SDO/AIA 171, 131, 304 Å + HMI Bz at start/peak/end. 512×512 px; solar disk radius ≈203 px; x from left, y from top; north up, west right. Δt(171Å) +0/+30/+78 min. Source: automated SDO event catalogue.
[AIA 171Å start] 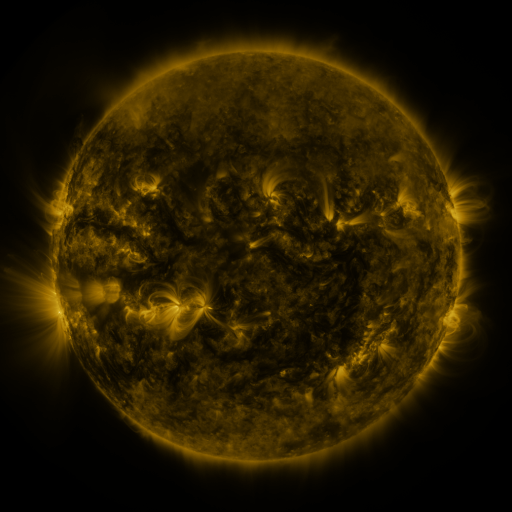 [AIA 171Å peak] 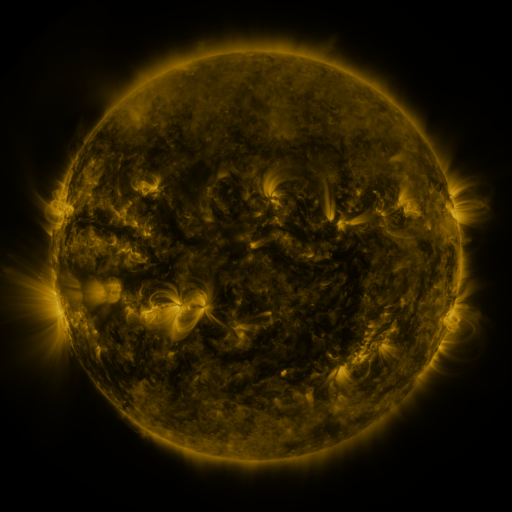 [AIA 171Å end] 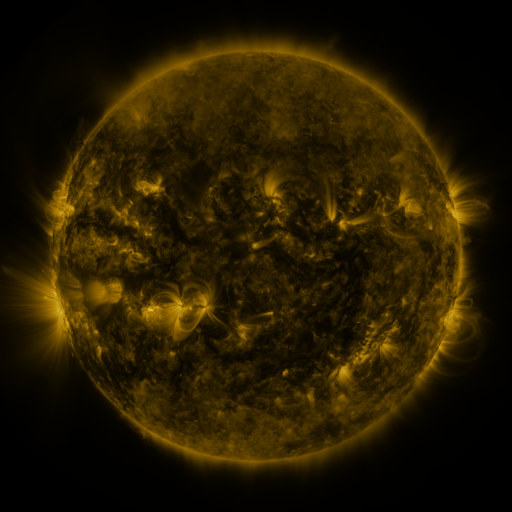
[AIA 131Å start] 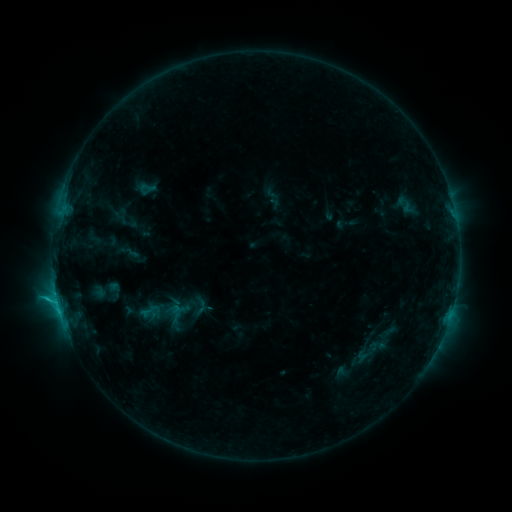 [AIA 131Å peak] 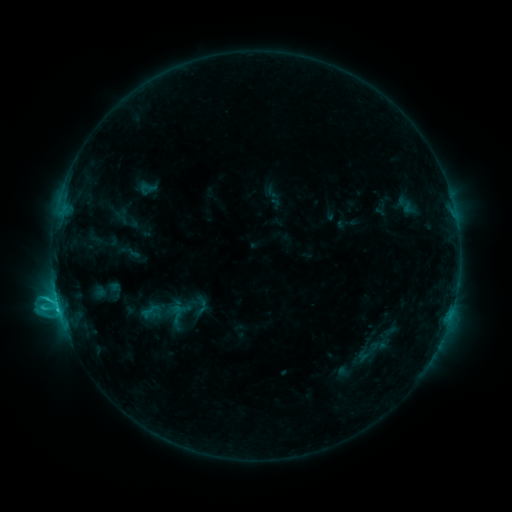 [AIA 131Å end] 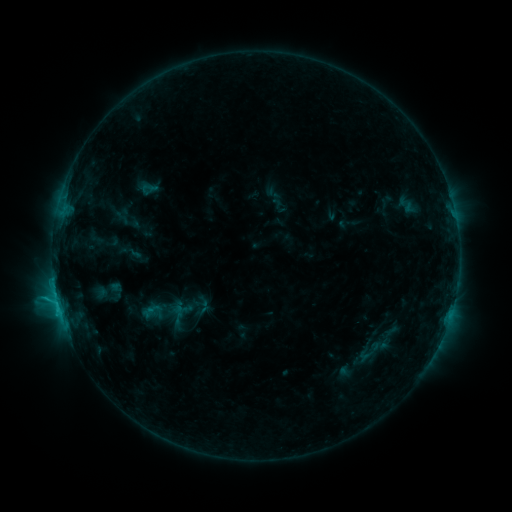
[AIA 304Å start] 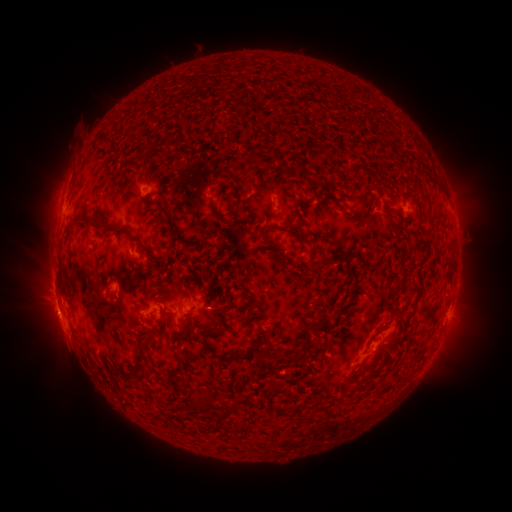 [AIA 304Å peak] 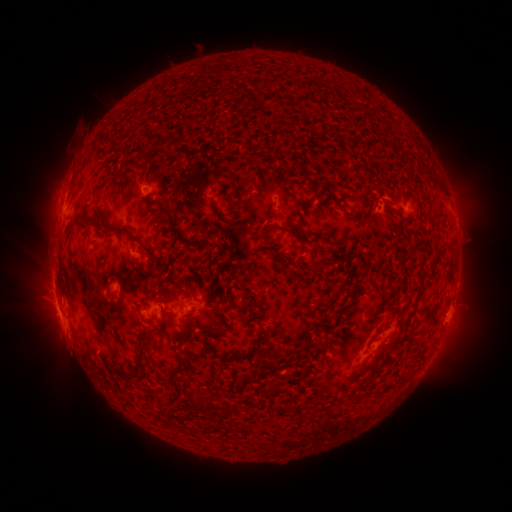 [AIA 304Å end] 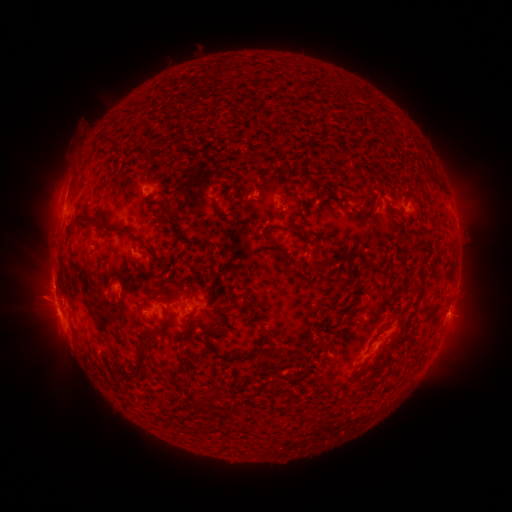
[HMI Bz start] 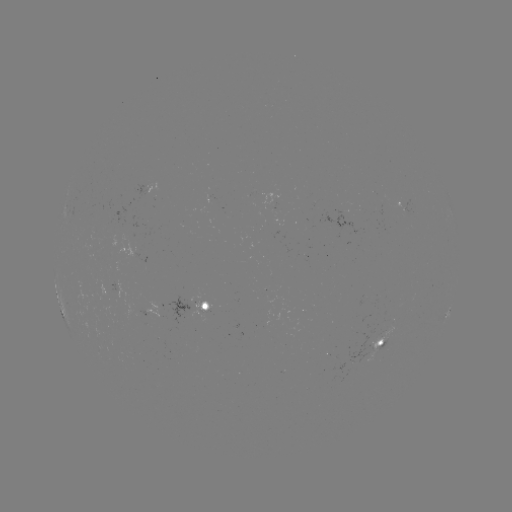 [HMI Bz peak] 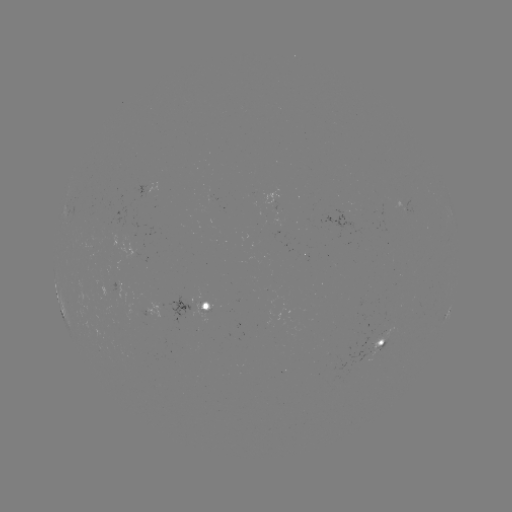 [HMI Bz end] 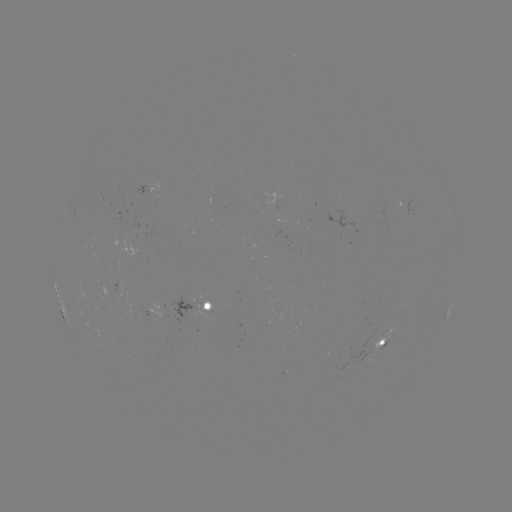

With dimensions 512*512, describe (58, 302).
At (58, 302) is C2.9 flare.